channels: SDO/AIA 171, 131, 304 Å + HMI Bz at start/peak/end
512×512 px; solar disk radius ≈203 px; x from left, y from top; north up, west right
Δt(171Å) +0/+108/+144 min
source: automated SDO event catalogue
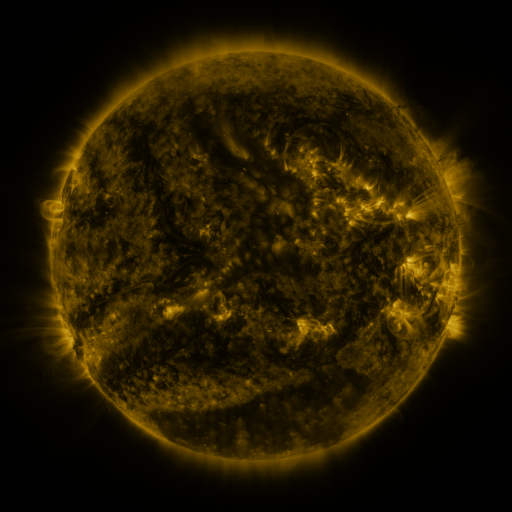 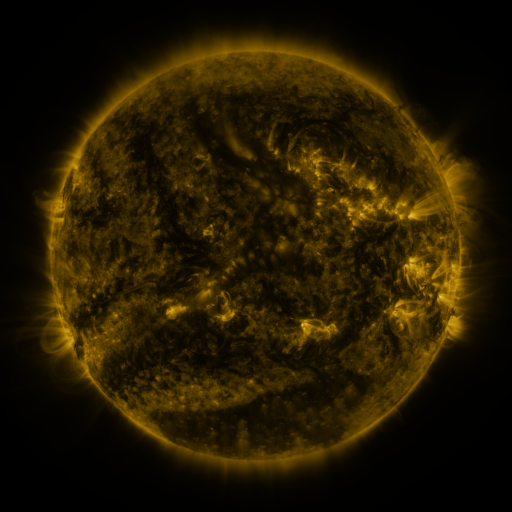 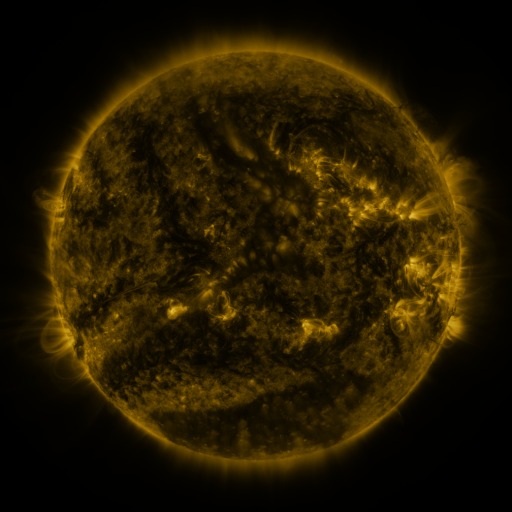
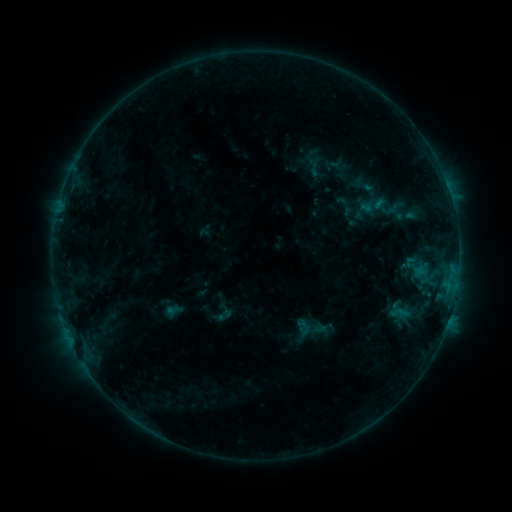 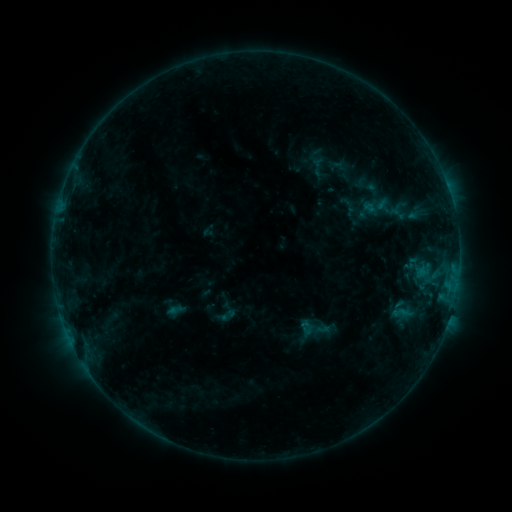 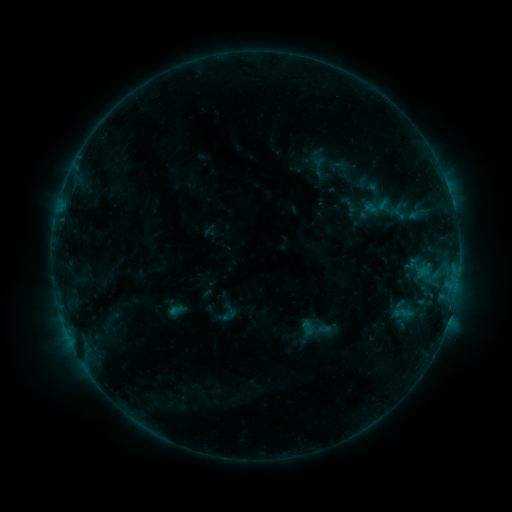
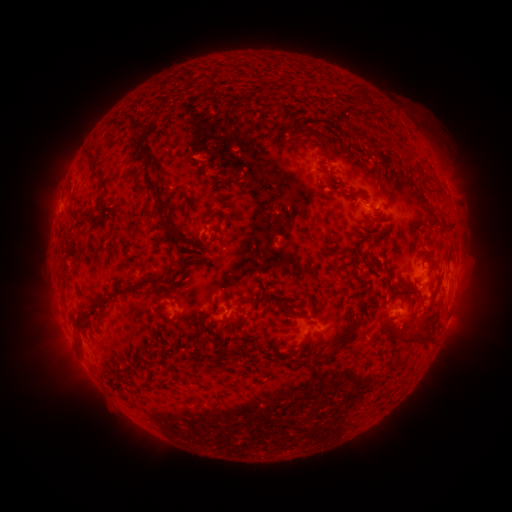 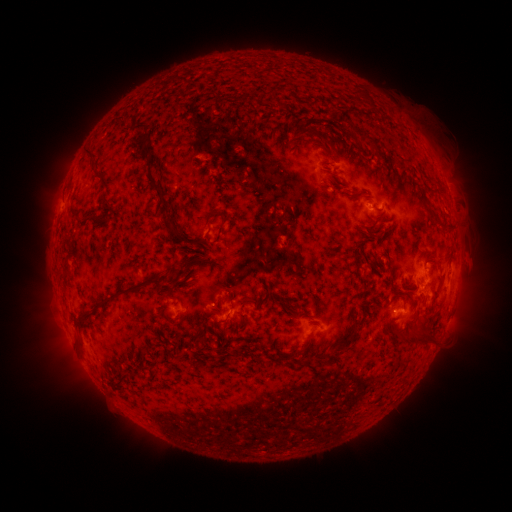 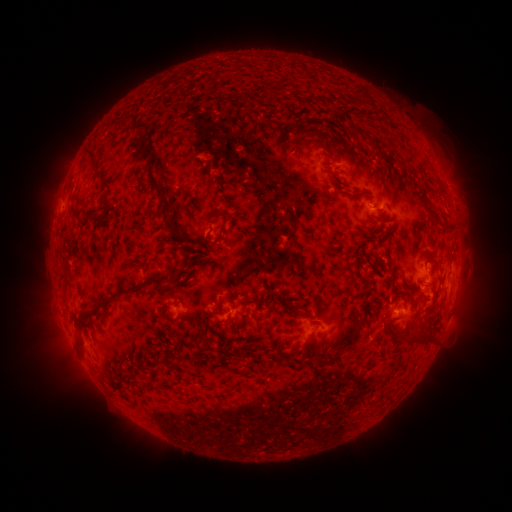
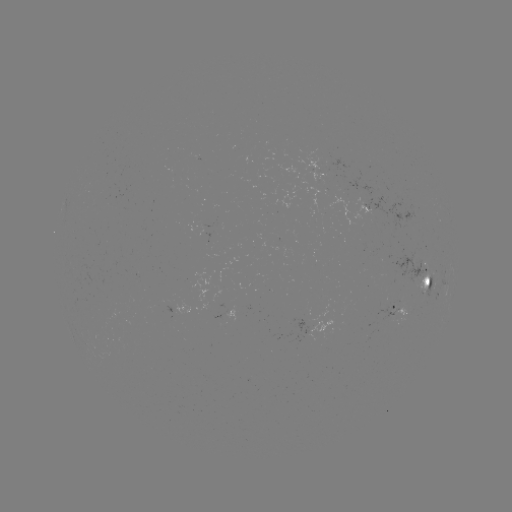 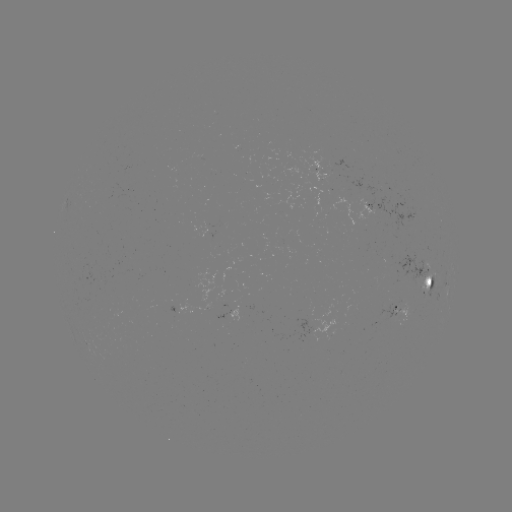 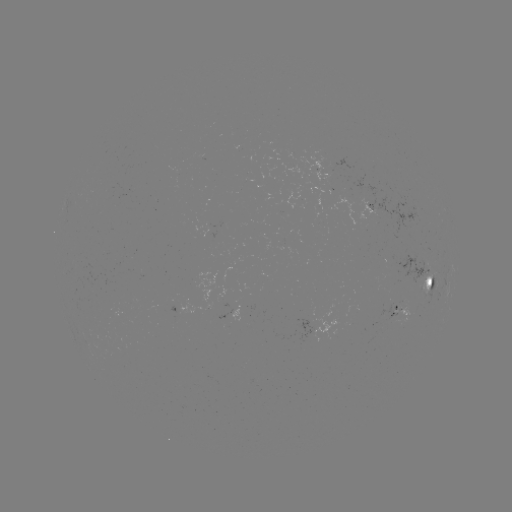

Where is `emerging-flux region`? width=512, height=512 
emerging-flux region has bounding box [378, 304, 395, 322].